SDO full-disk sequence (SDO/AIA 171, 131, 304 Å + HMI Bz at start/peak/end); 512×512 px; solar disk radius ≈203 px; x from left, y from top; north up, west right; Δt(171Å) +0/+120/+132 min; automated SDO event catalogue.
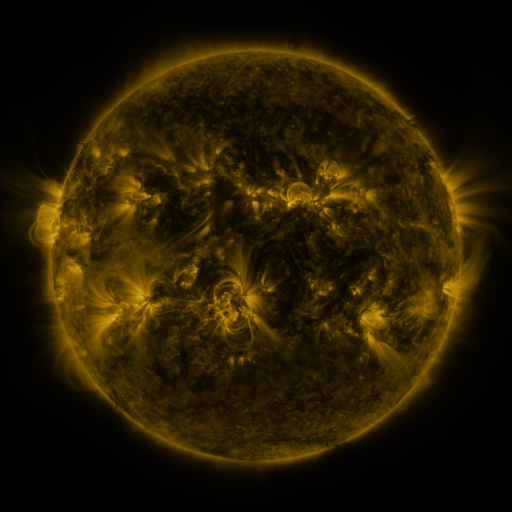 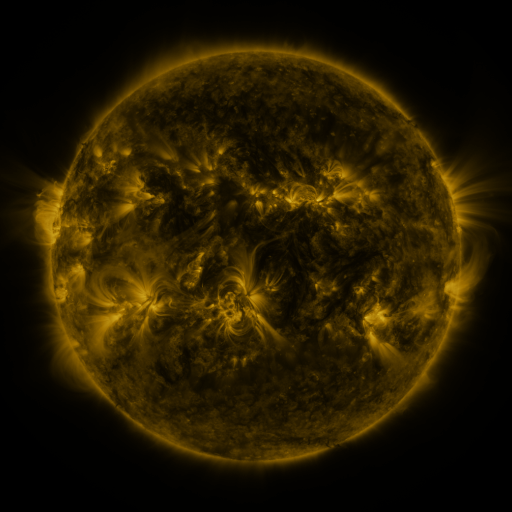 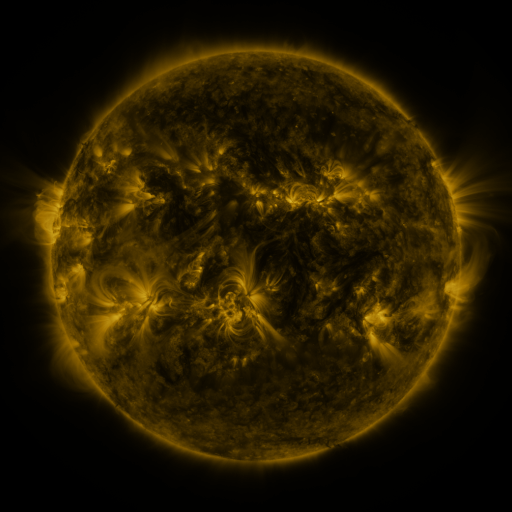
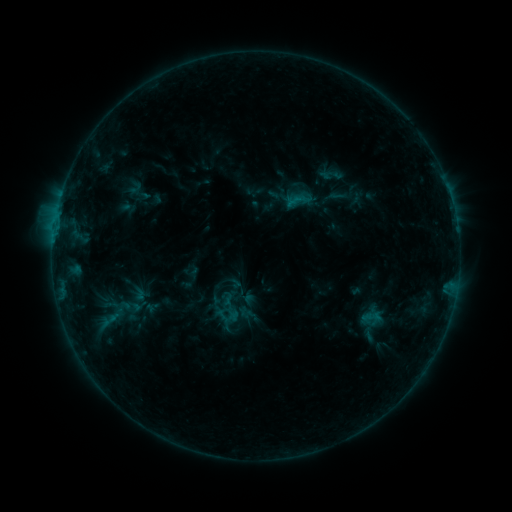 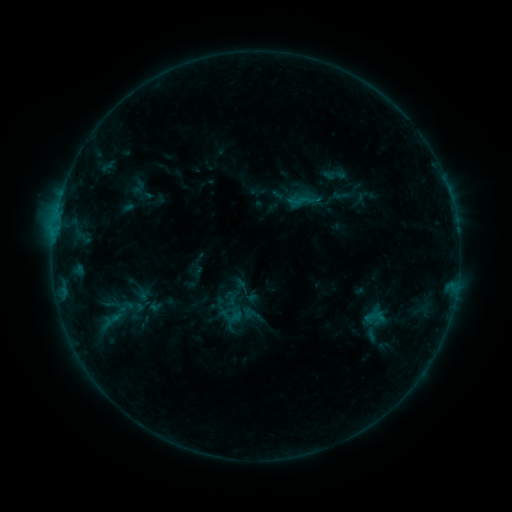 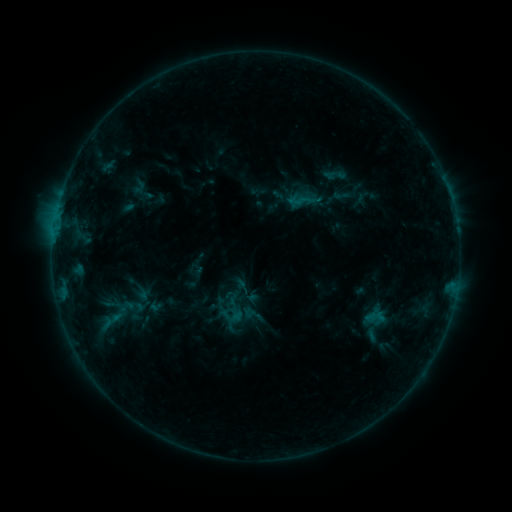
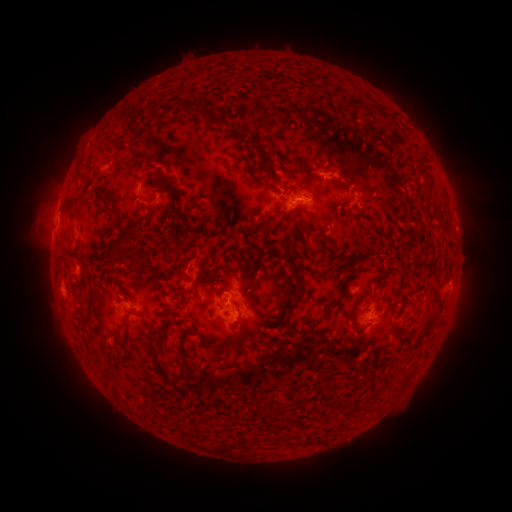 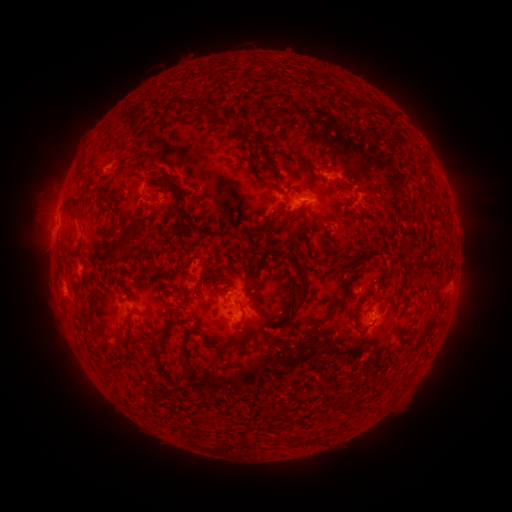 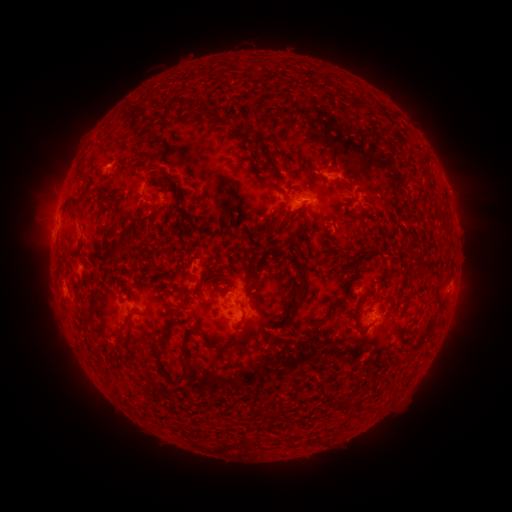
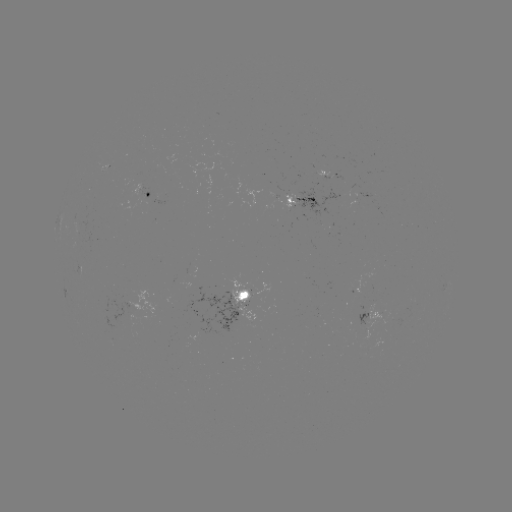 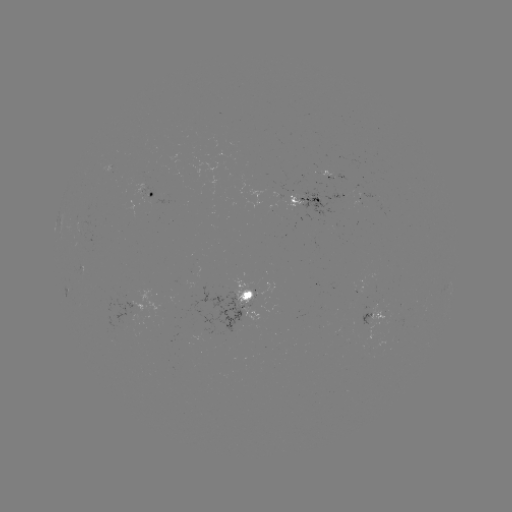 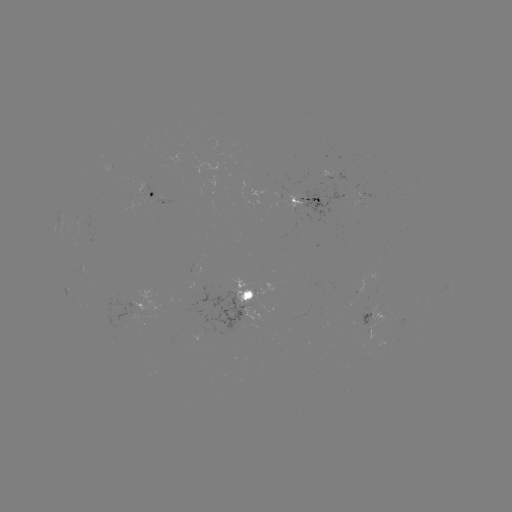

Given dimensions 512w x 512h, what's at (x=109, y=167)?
emerging-flux region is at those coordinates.